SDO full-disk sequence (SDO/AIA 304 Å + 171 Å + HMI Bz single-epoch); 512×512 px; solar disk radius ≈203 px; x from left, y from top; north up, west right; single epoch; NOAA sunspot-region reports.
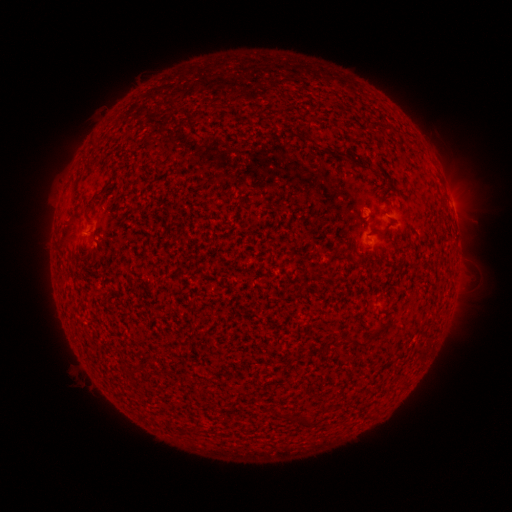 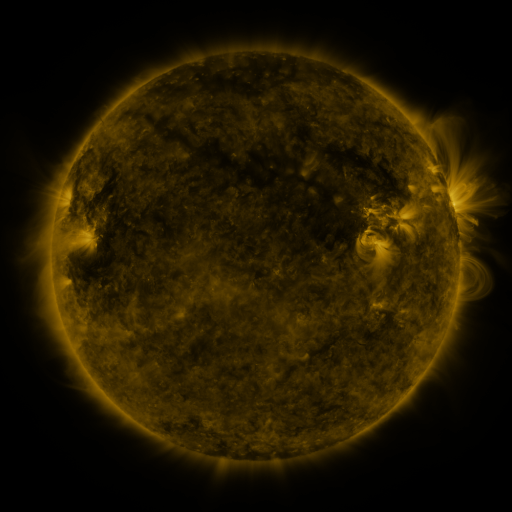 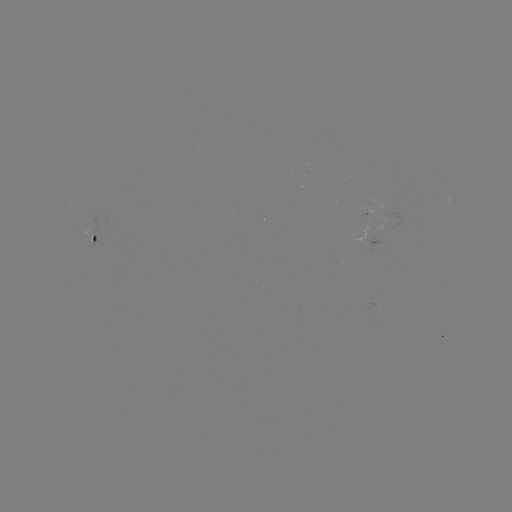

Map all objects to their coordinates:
spotted active region: (451, 200)
spotted active region: (95, 239)
